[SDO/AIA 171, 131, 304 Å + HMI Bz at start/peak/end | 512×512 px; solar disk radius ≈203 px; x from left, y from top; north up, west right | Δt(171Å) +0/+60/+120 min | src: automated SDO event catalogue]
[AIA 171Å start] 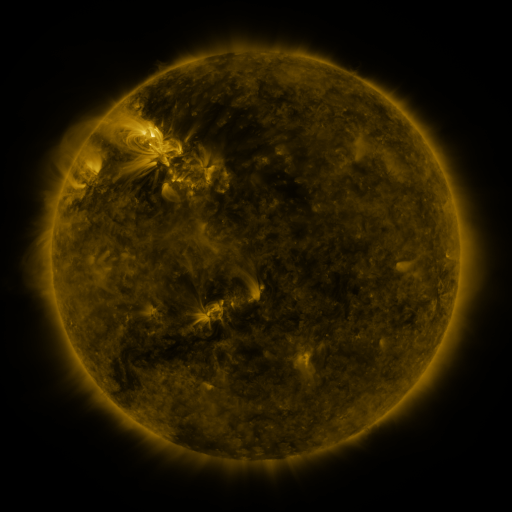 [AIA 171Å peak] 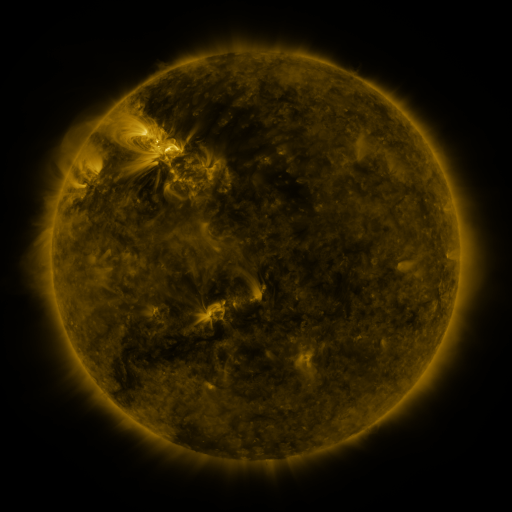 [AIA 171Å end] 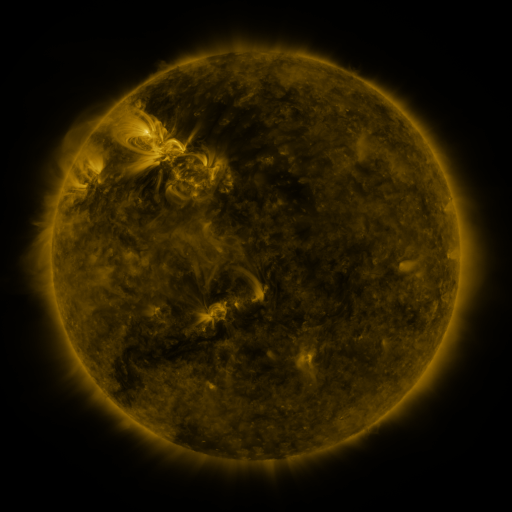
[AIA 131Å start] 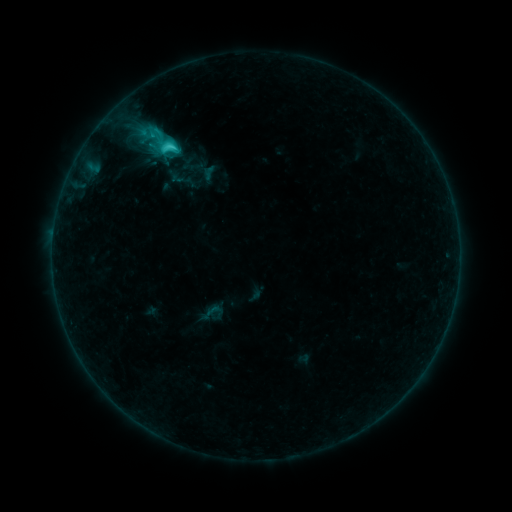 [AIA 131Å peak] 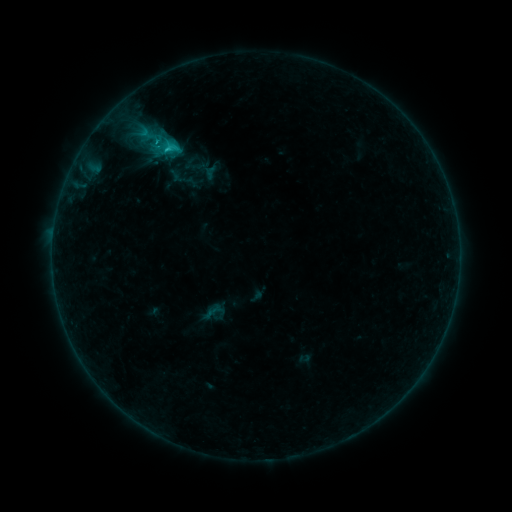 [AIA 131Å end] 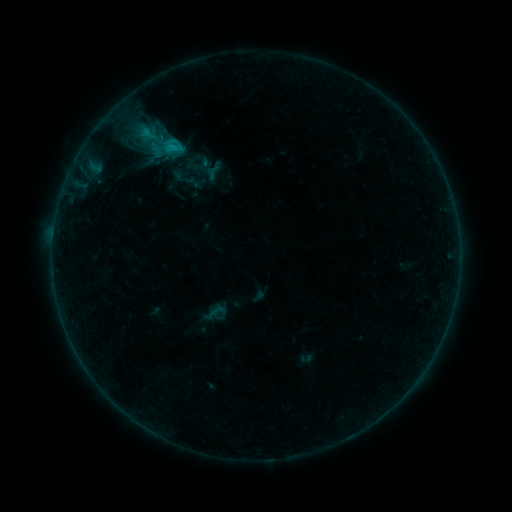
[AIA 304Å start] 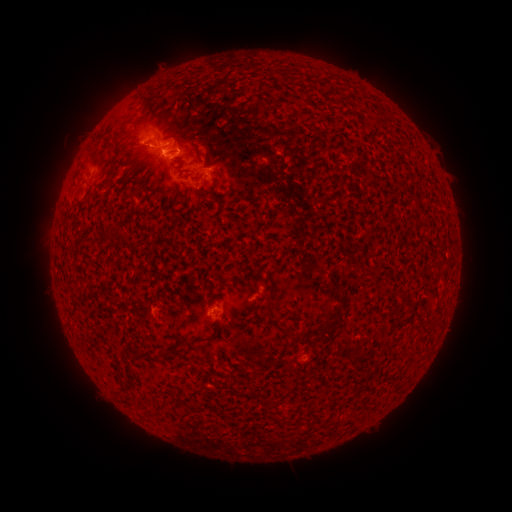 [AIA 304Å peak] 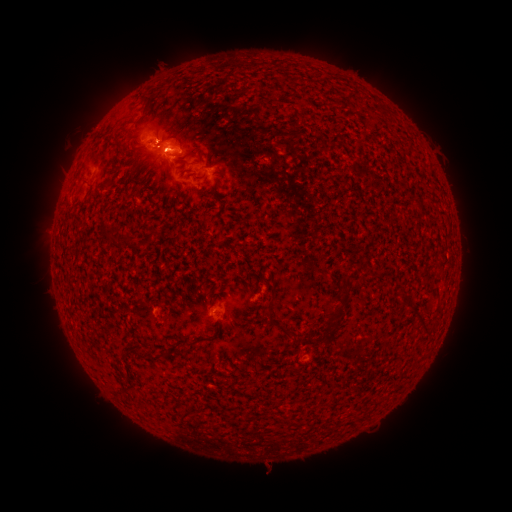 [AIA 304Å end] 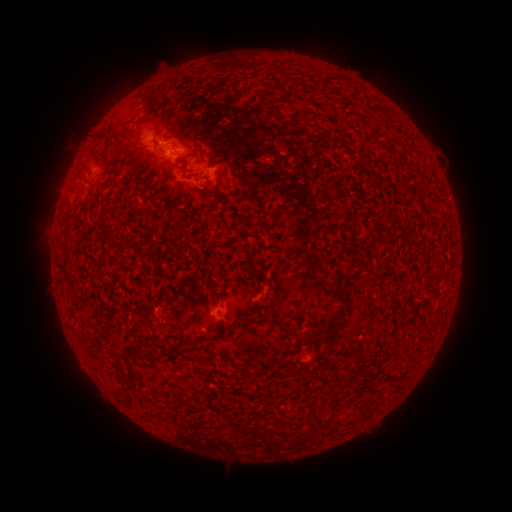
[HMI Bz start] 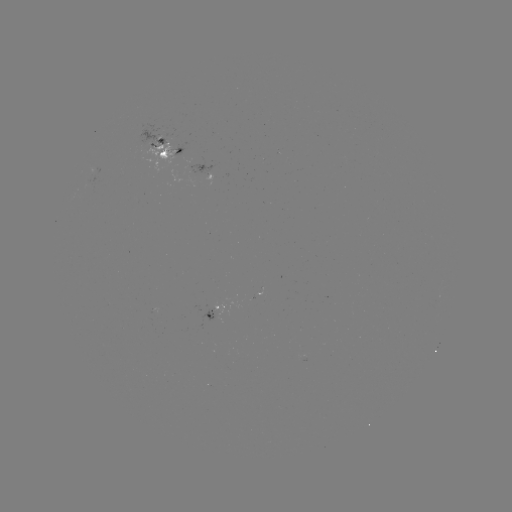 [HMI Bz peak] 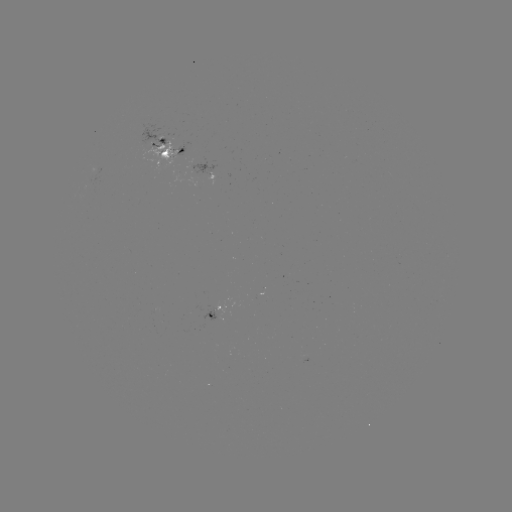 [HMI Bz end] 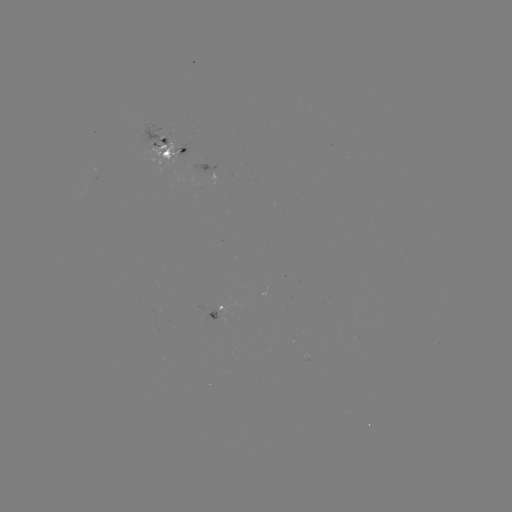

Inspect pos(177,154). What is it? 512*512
emerging-flux region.